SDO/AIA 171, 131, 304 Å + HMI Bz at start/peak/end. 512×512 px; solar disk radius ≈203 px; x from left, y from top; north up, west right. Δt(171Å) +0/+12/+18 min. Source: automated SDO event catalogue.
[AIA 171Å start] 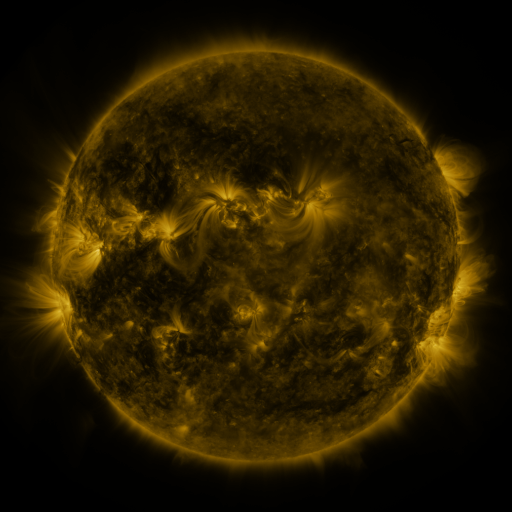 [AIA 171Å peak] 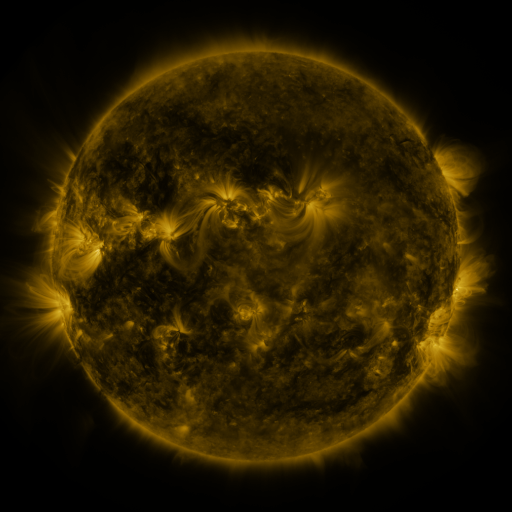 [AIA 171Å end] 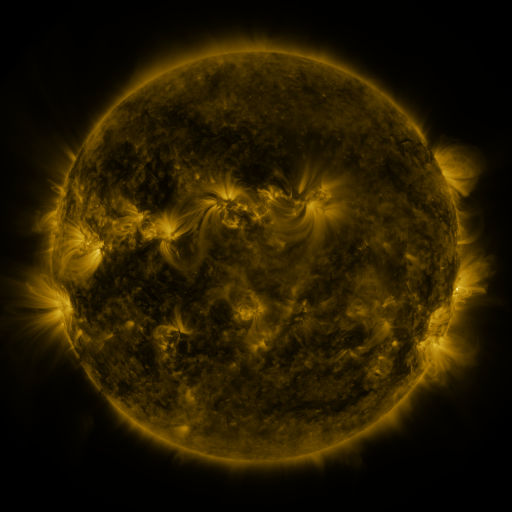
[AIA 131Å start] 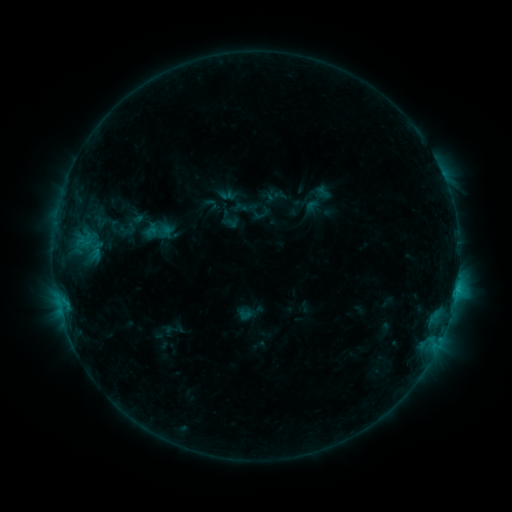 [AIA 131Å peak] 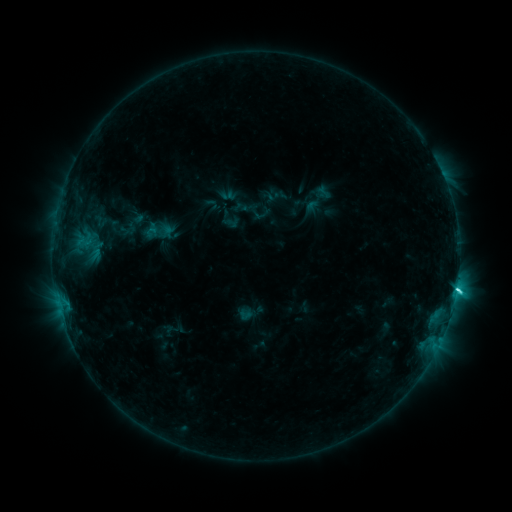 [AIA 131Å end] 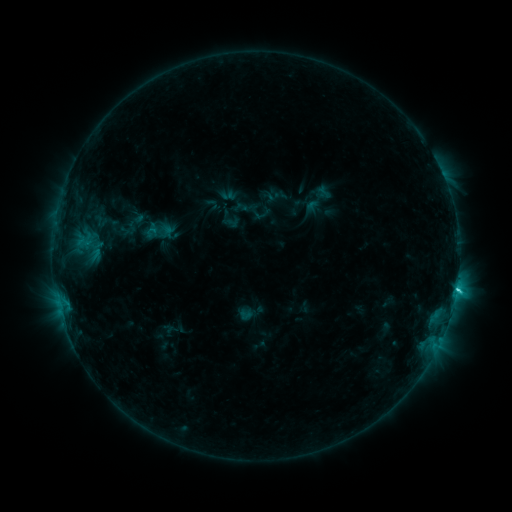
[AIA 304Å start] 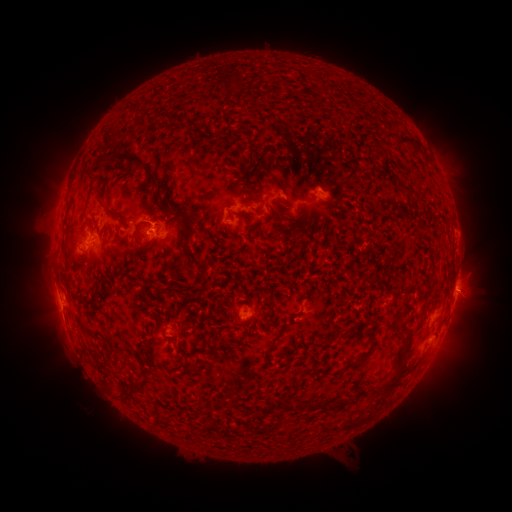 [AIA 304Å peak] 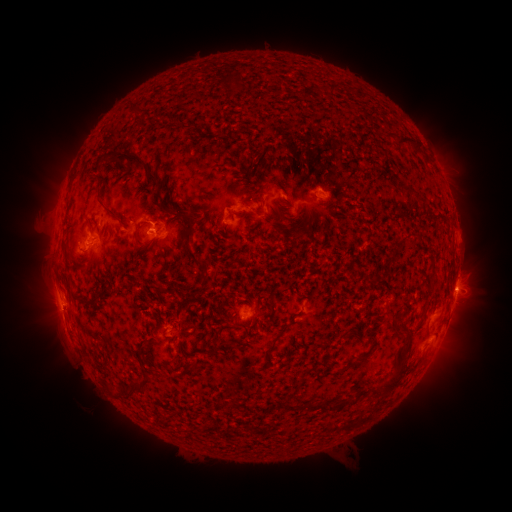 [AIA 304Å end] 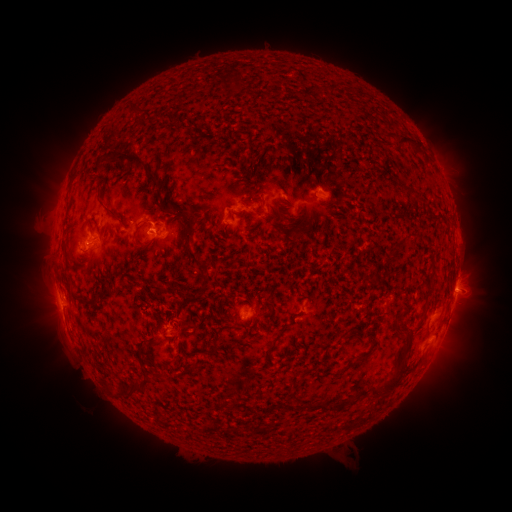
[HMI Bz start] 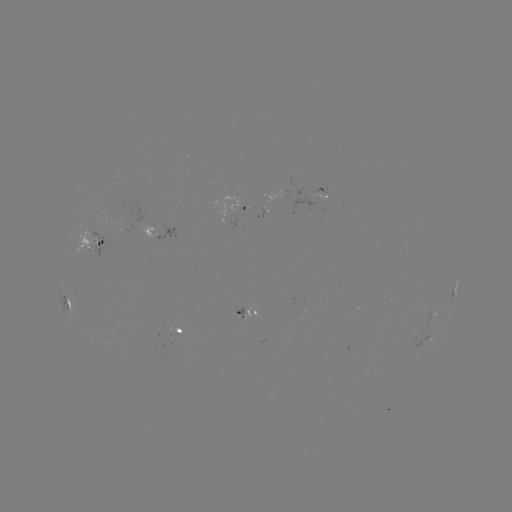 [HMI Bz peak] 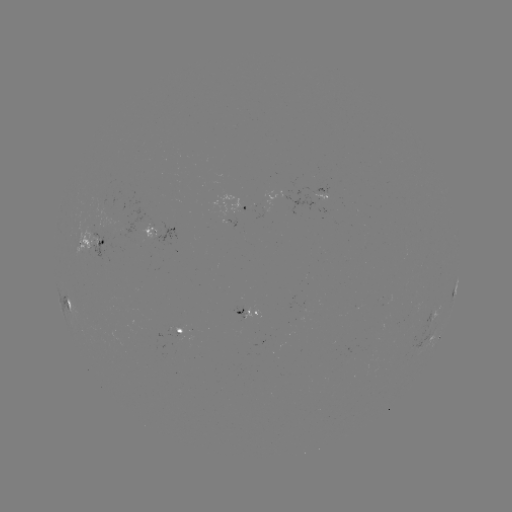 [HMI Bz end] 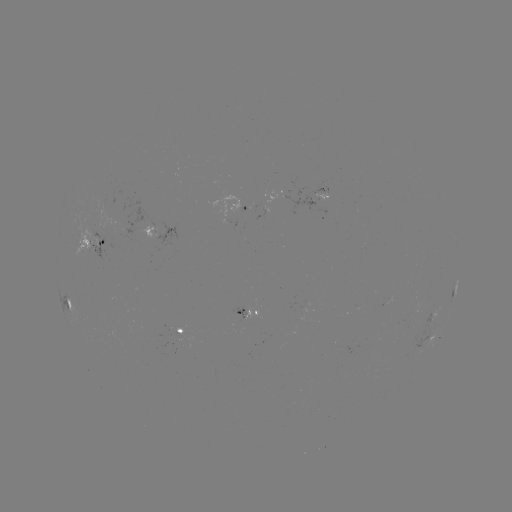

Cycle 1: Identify C2.9 flare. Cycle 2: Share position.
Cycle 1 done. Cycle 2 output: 456,288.